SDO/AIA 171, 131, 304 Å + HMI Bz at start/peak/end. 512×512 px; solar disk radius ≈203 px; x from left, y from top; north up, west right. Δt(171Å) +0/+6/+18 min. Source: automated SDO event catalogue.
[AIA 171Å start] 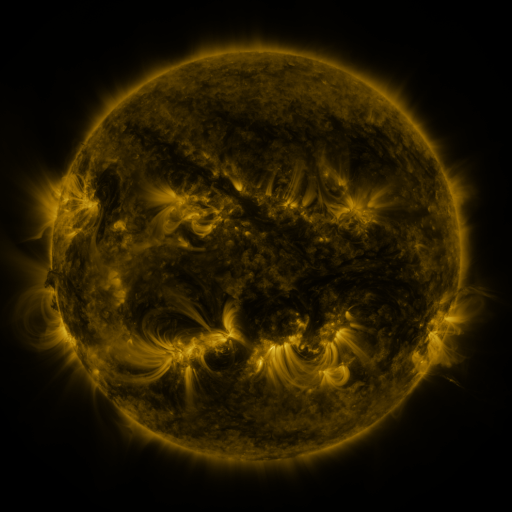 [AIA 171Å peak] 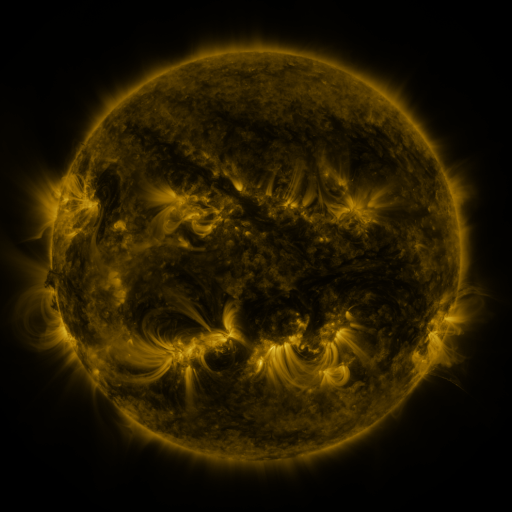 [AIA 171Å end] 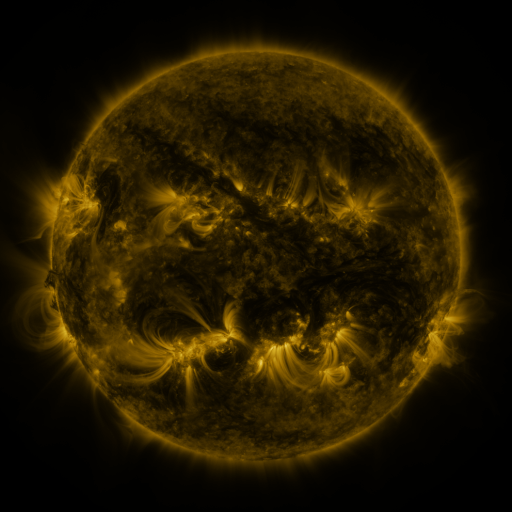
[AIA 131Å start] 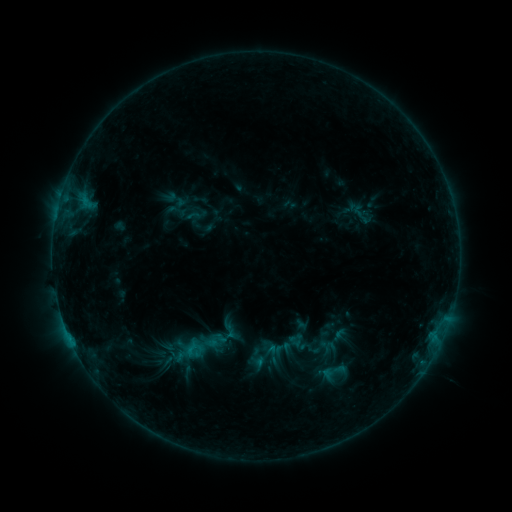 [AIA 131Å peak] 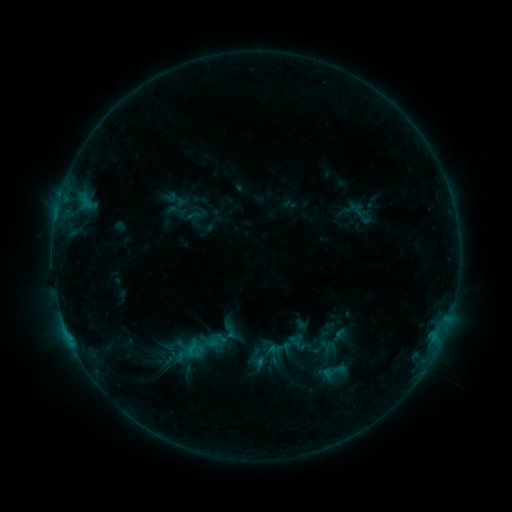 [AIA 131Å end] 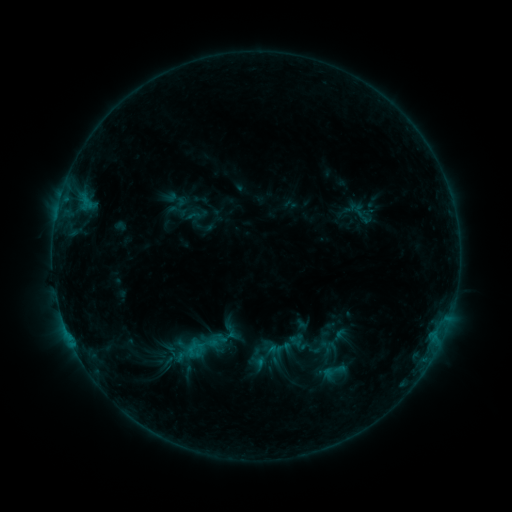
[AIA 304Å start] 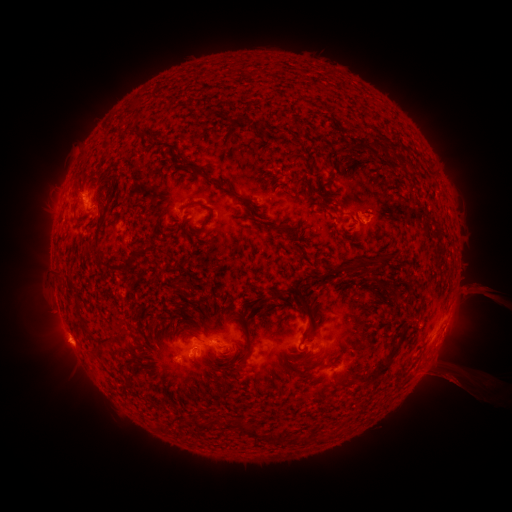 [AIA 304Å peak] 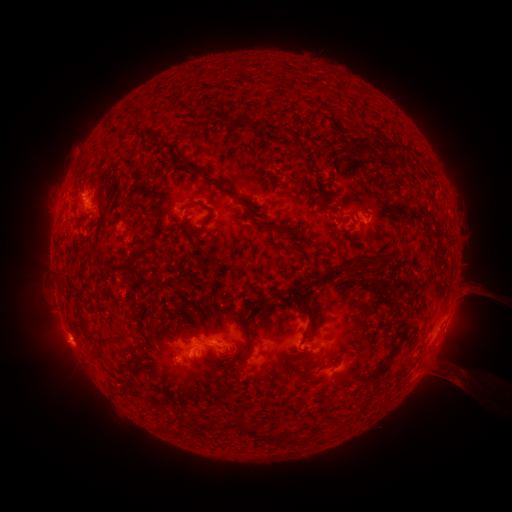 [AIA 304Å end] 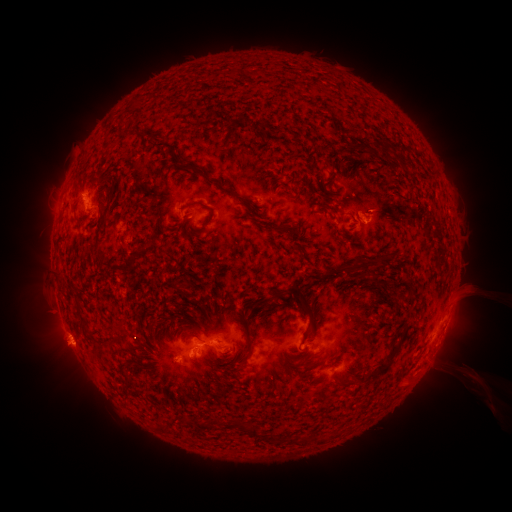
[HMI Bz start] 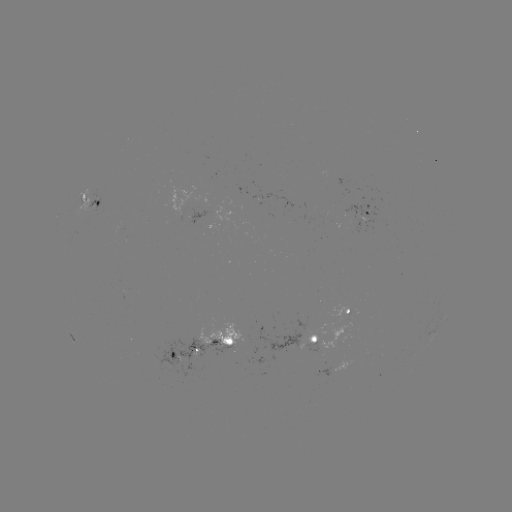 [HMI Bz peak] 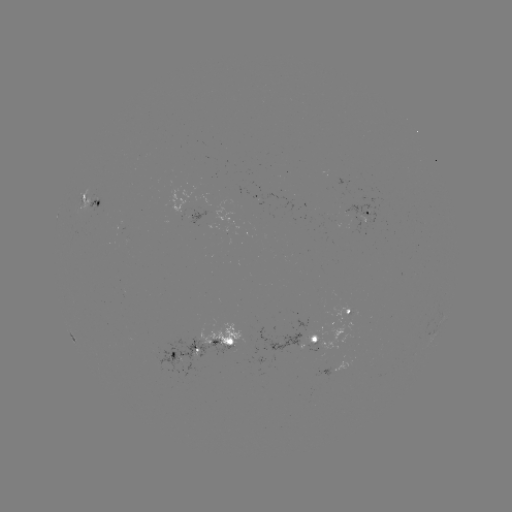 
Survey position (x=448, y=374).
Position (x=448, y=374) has eruption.